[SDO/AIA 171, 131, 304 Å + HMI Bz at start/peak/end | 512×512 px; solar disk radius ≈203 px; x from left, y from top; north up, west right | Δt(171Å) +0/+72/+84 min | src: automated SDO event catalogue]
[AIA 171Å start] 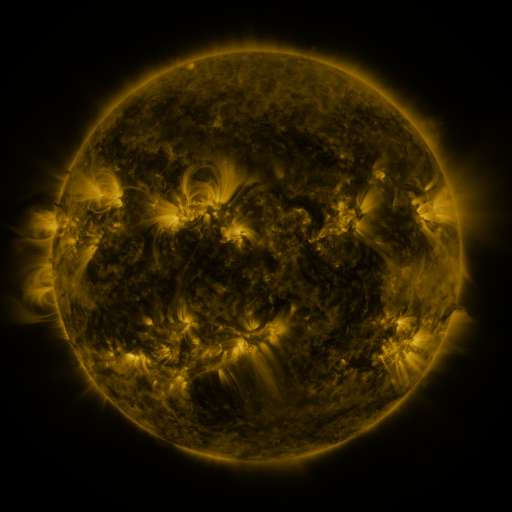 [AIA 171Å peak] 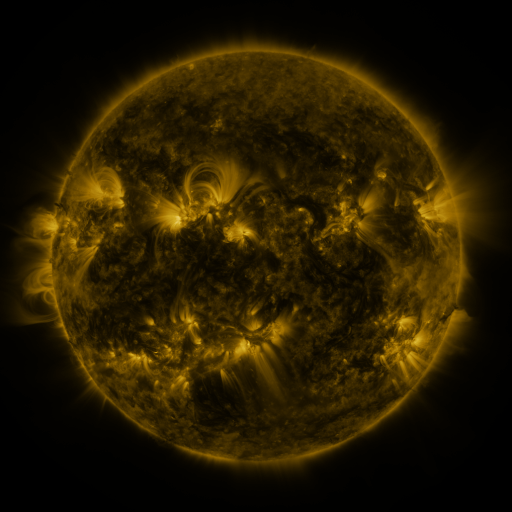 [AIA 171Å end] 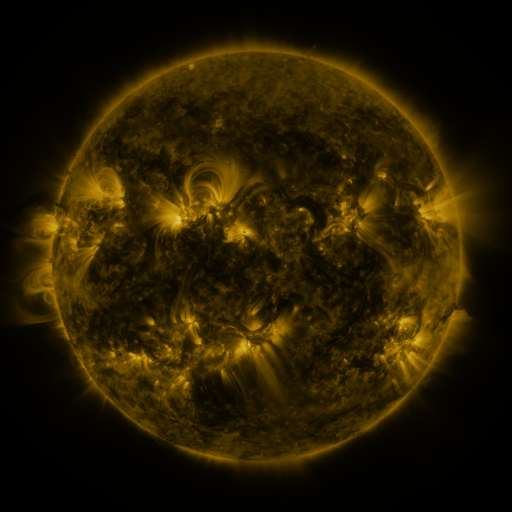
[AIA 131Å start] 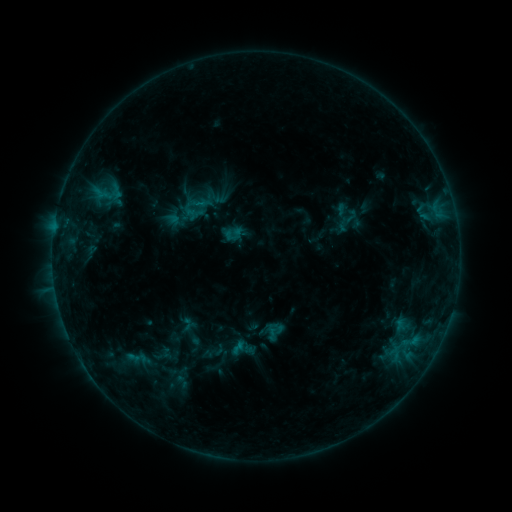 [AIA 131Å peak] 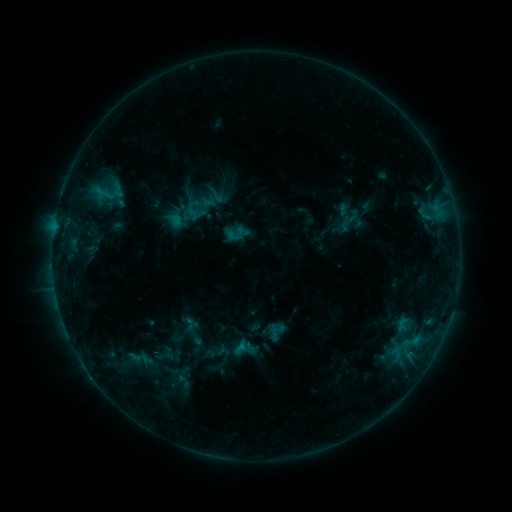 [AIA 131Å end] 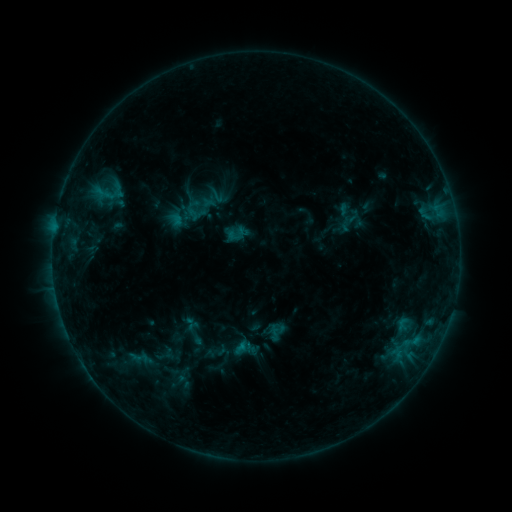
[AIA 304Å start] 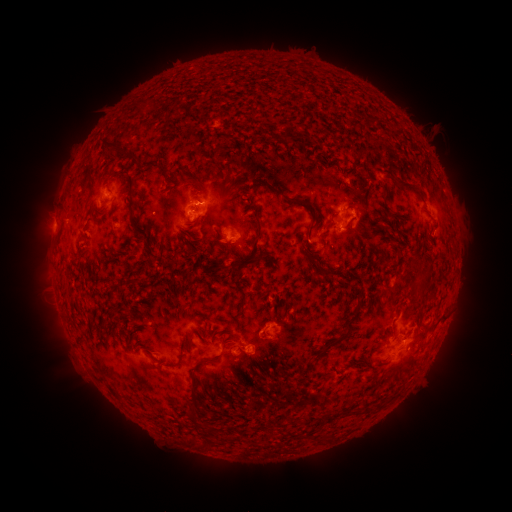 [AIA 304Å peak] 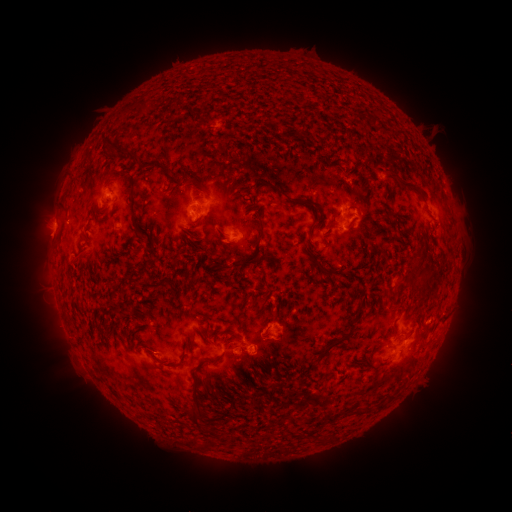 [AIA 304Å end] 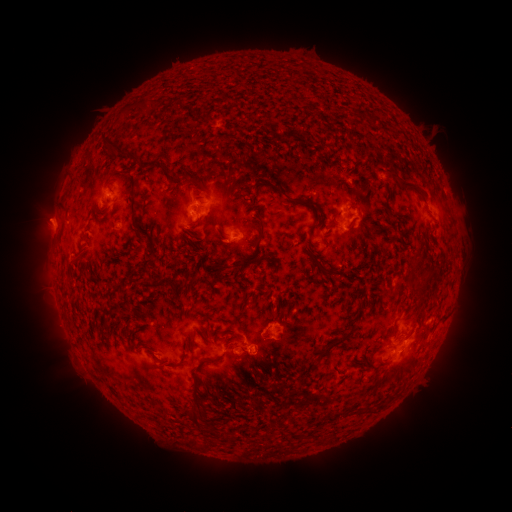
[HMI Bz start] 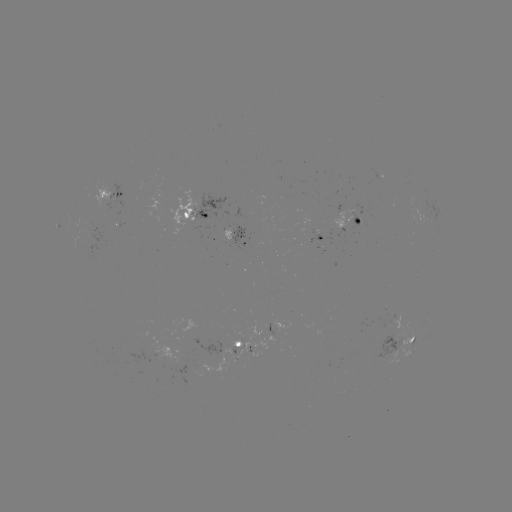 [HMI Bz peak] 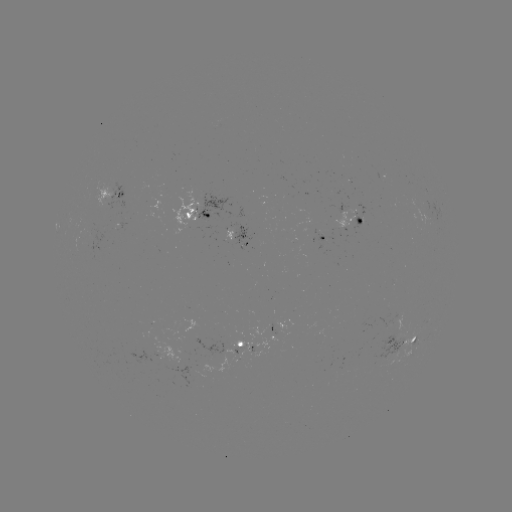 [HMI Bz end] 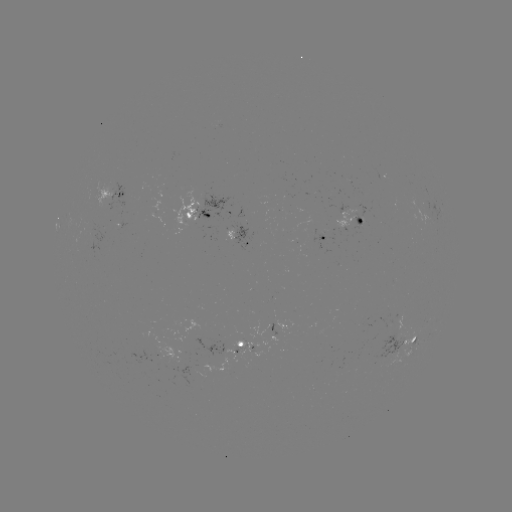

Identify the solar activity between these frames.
emerging-flux region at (119, 209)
